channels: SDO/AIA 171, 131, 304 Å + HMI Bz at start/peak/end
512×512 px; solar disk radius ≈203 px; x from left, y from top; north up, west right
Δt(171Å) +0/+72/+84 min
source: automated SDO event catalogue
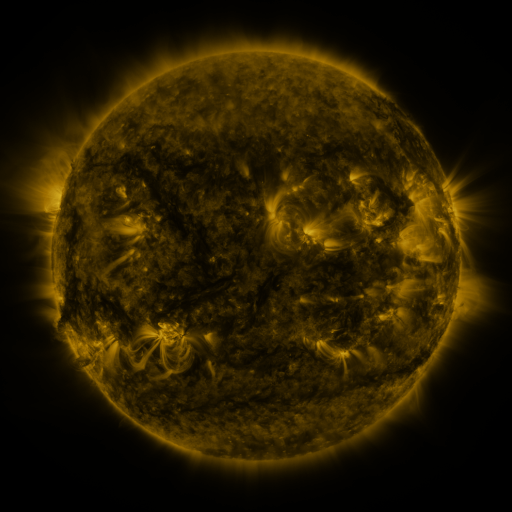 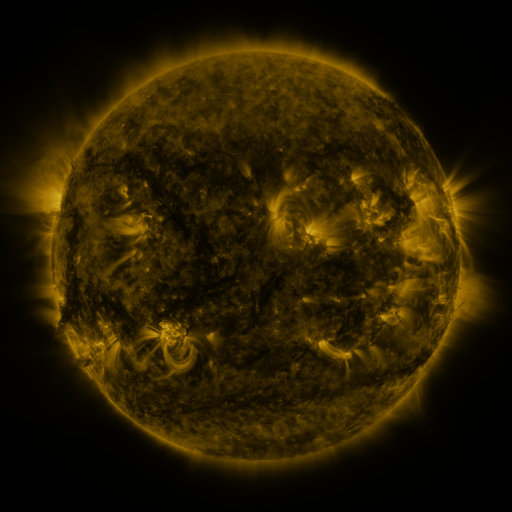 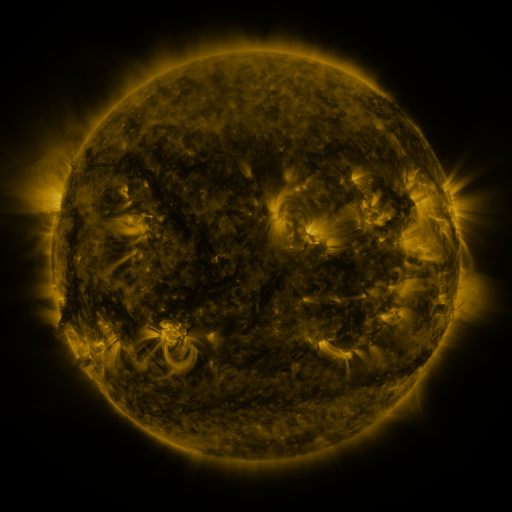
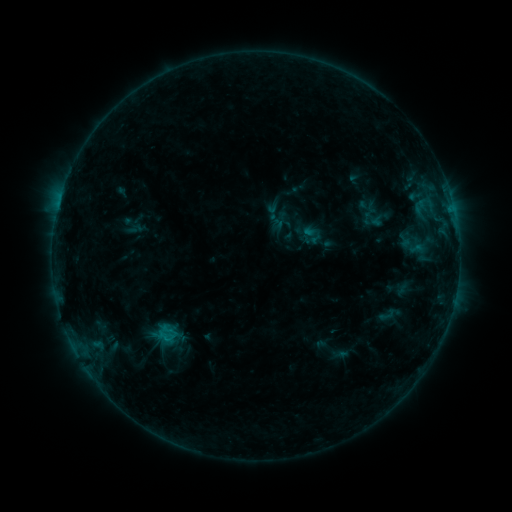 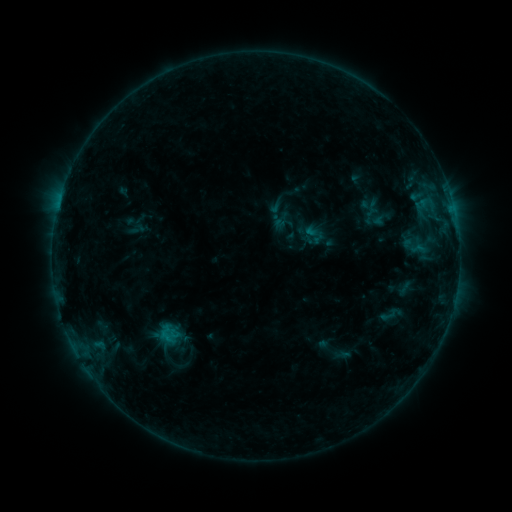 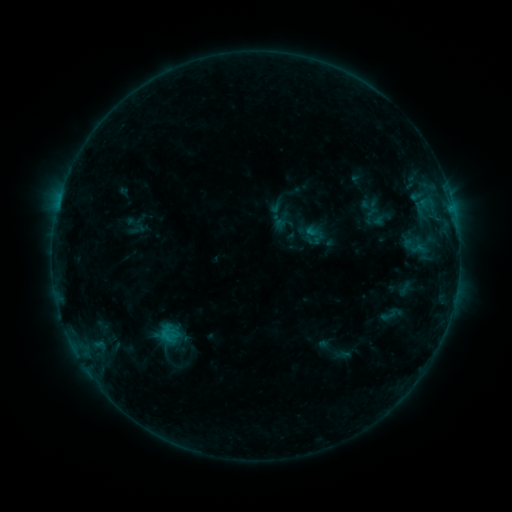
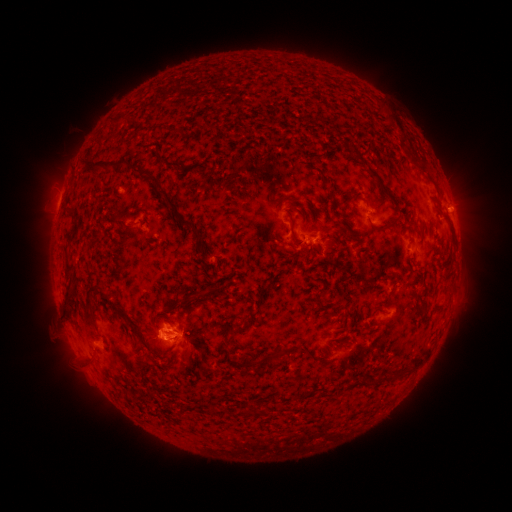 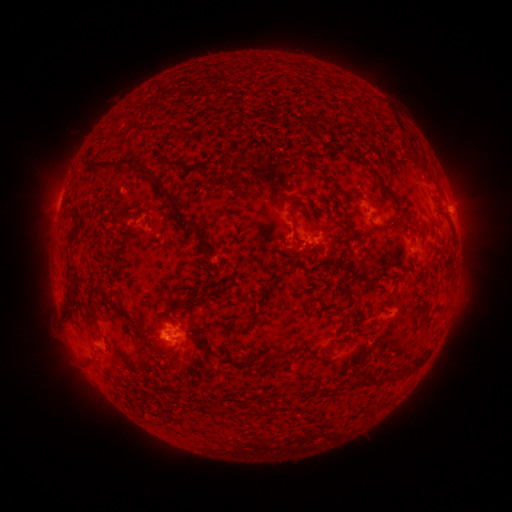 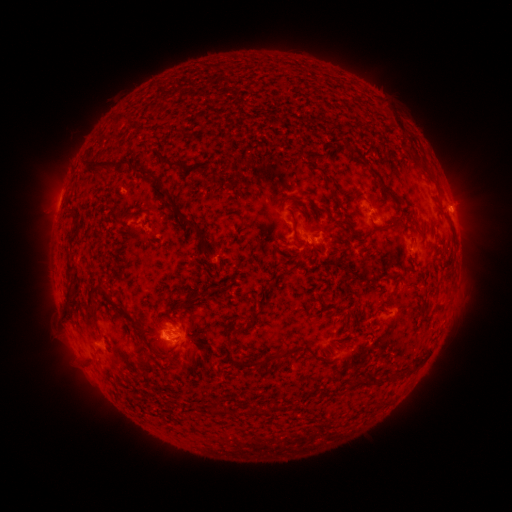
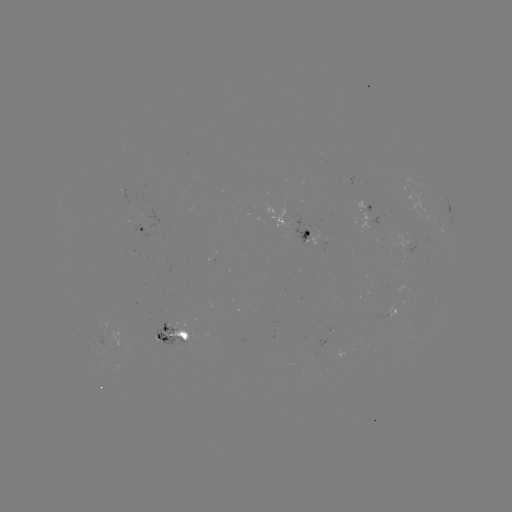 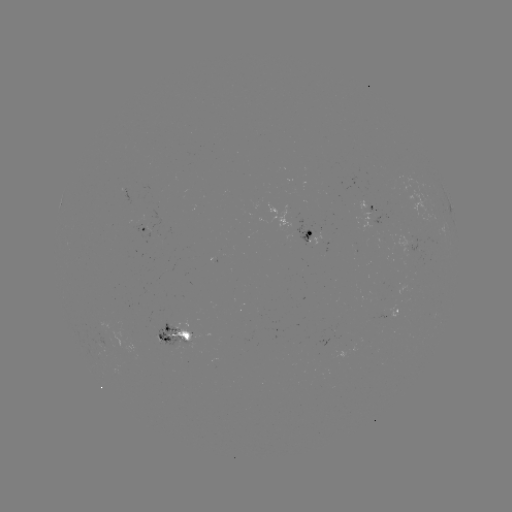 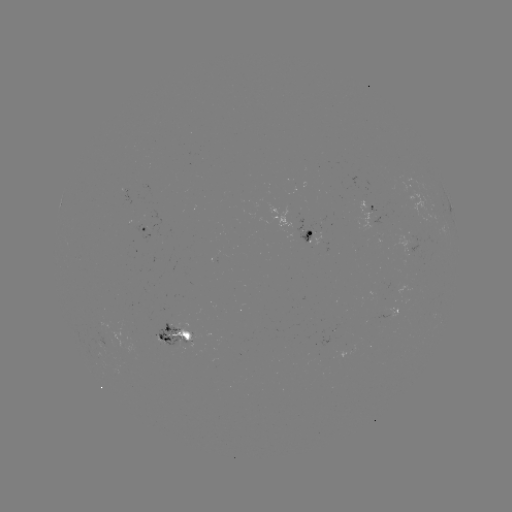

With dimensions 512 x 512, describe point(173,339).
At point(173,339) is emerging-flux region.